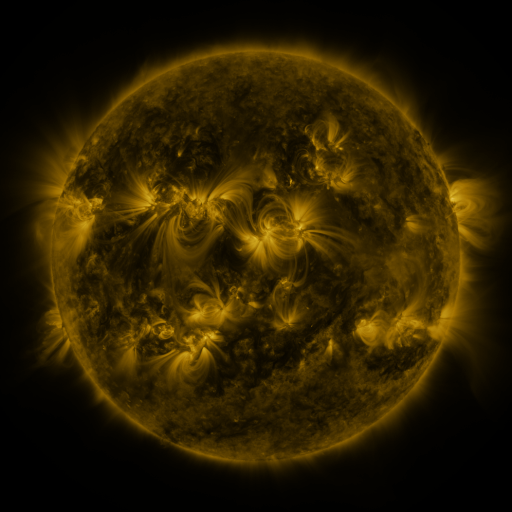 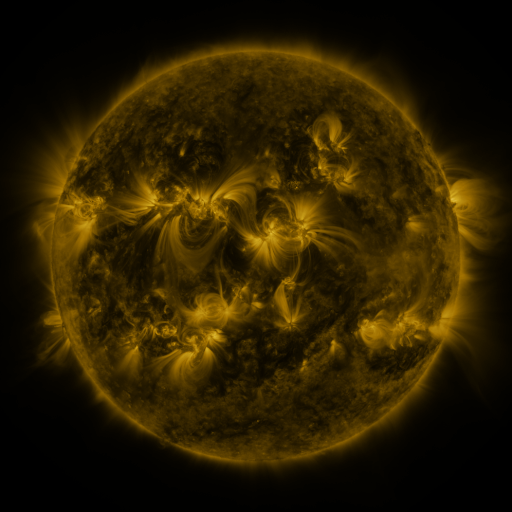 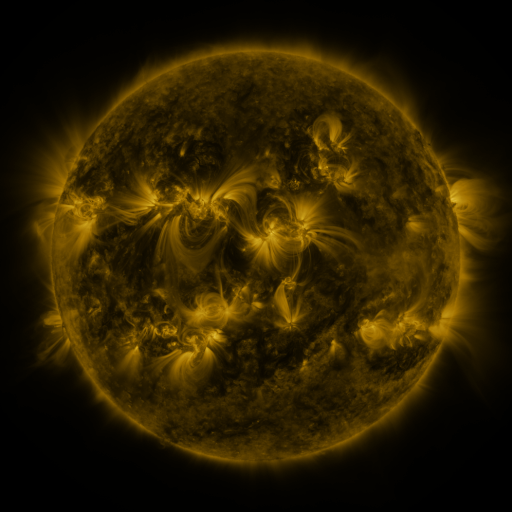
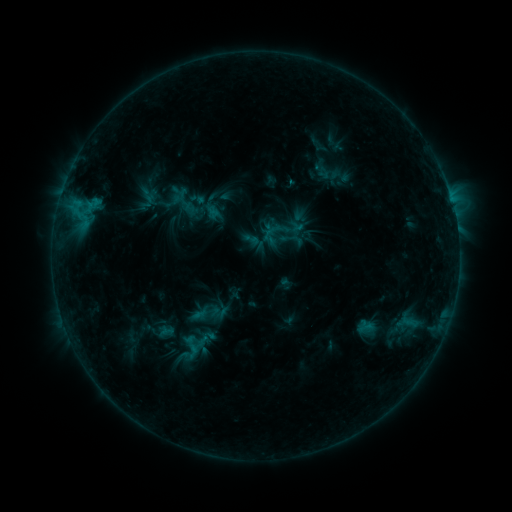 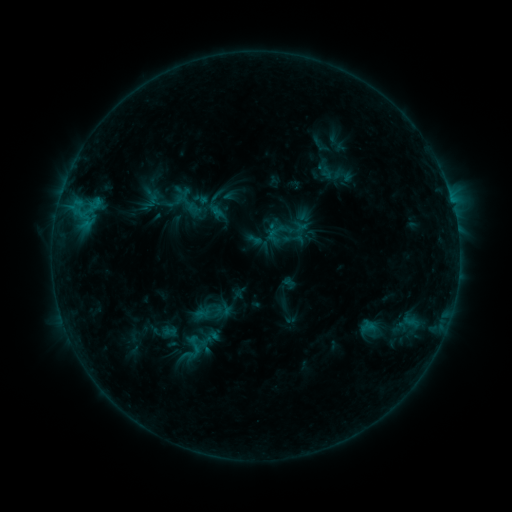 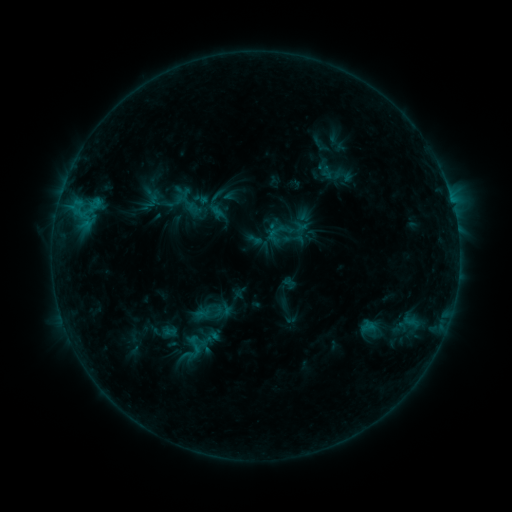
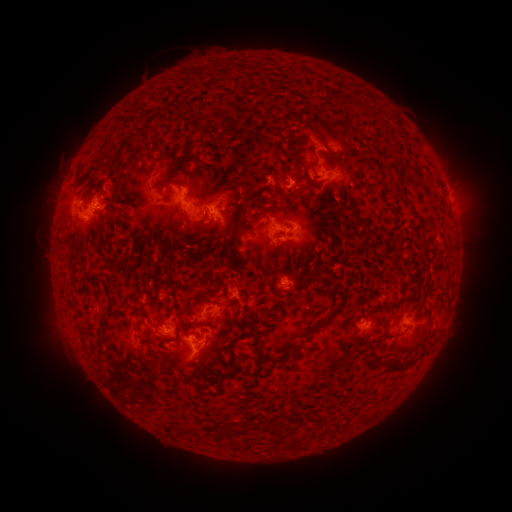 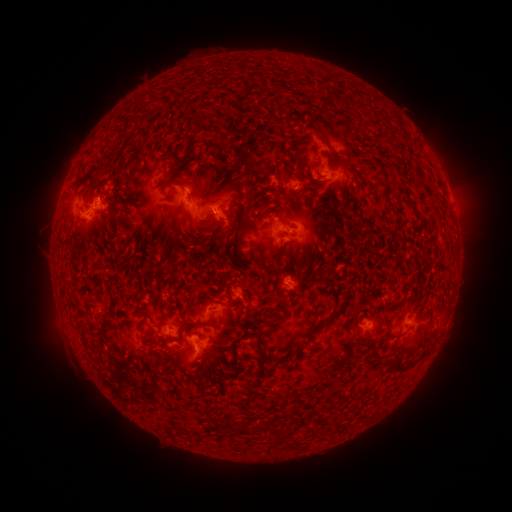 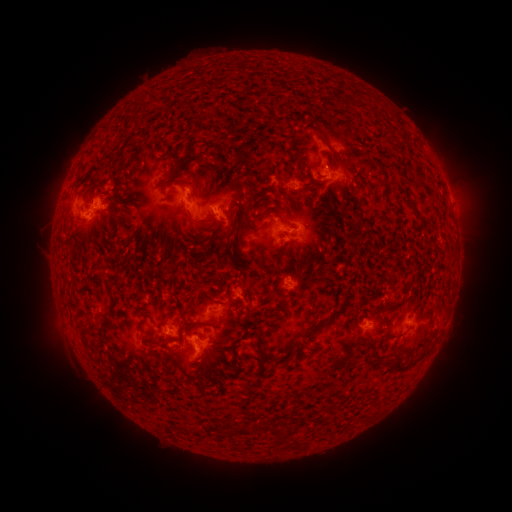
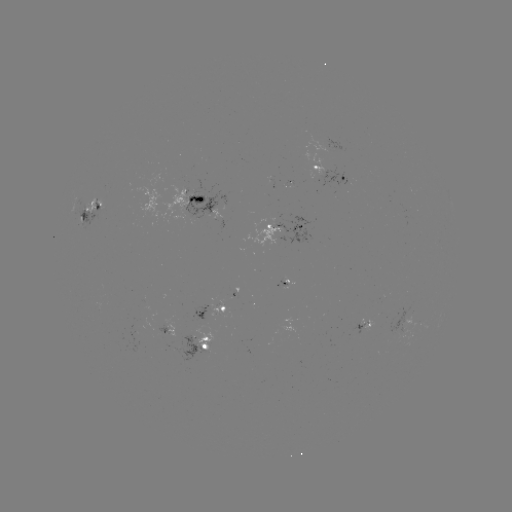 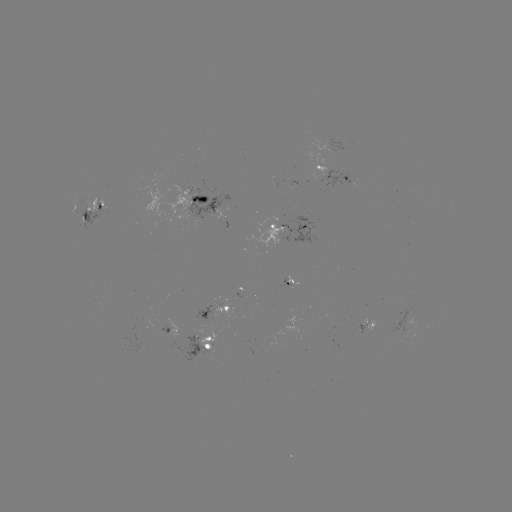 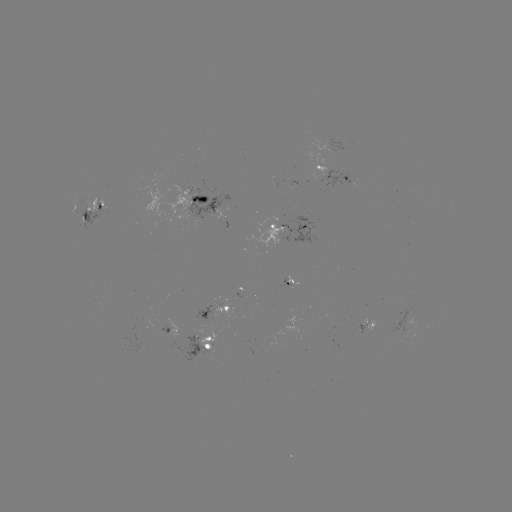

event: emerging-flux region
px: (287, 285)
